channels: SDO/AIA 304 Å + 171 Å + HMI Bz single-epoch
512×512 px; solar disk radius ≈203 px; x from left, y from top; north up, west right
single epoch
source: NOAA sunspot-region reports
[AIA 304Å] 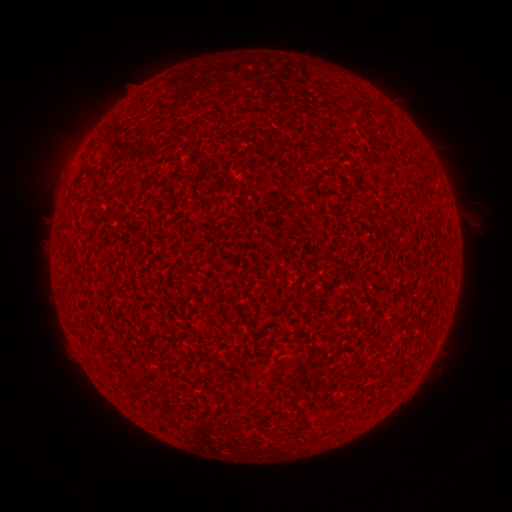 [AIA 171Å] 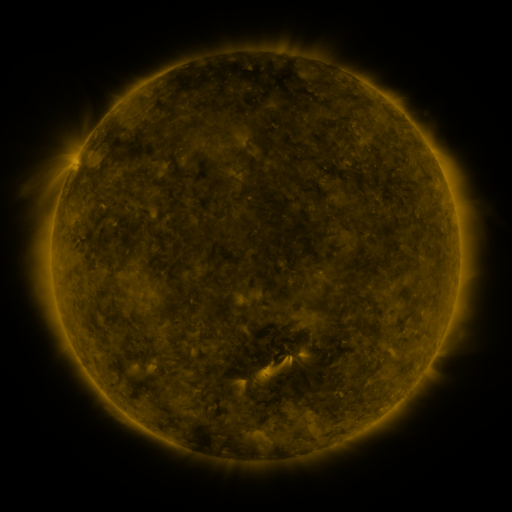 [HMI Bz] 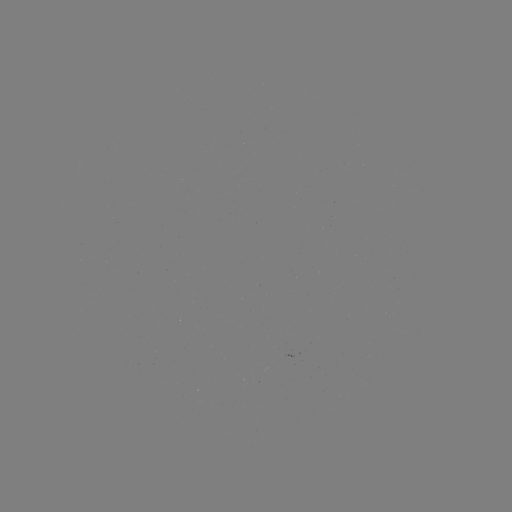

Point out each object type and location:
(none)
